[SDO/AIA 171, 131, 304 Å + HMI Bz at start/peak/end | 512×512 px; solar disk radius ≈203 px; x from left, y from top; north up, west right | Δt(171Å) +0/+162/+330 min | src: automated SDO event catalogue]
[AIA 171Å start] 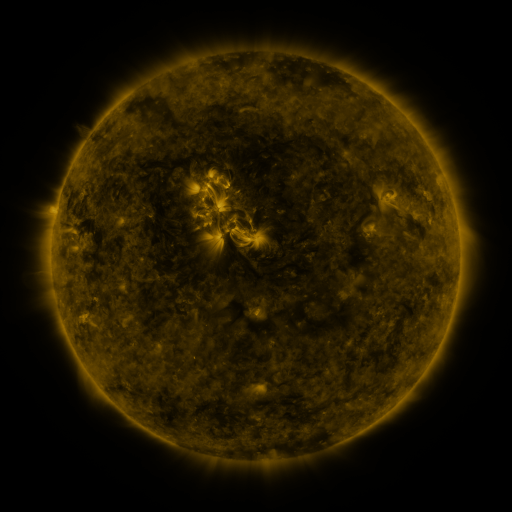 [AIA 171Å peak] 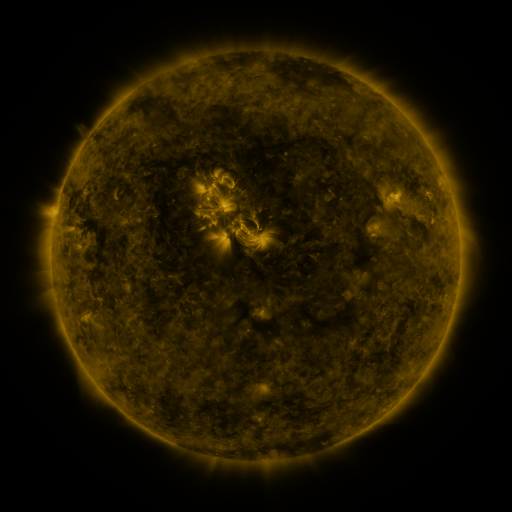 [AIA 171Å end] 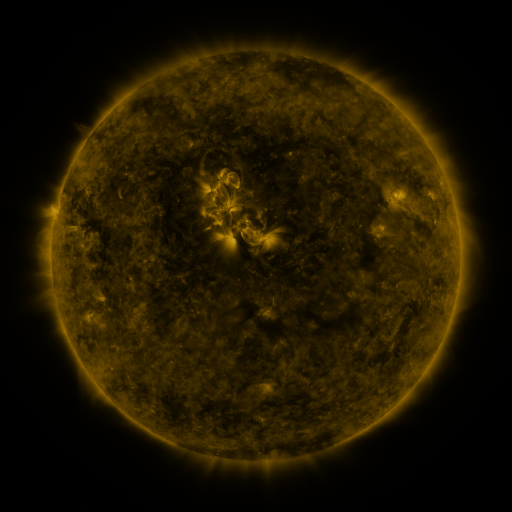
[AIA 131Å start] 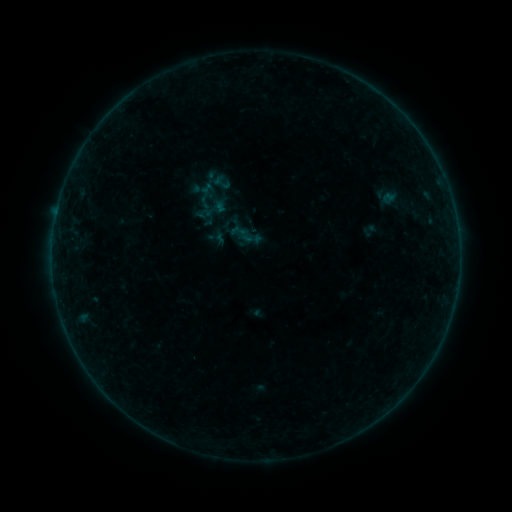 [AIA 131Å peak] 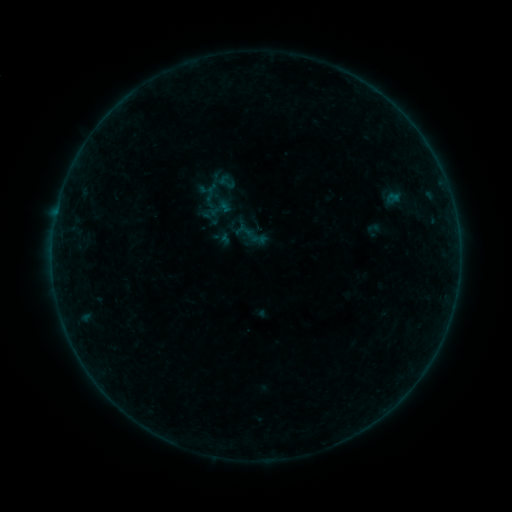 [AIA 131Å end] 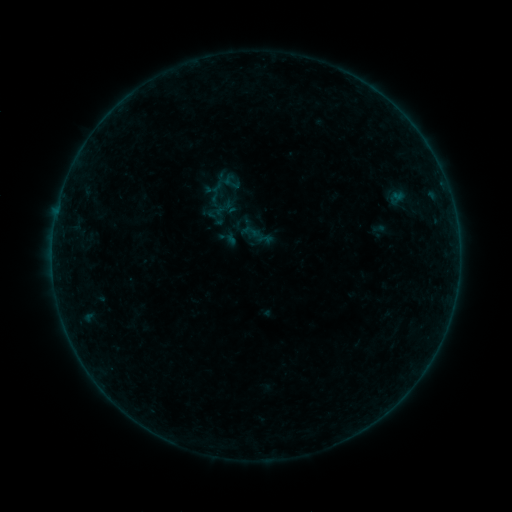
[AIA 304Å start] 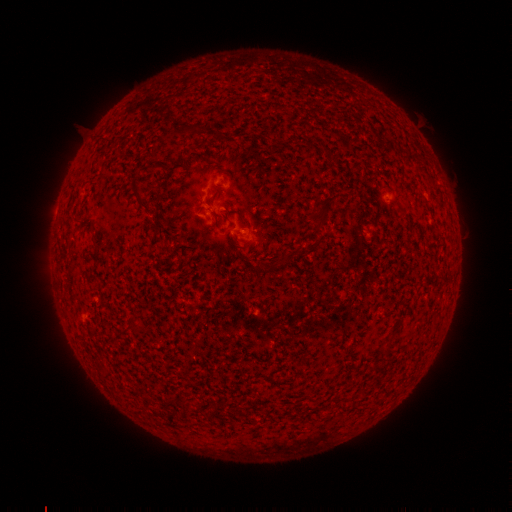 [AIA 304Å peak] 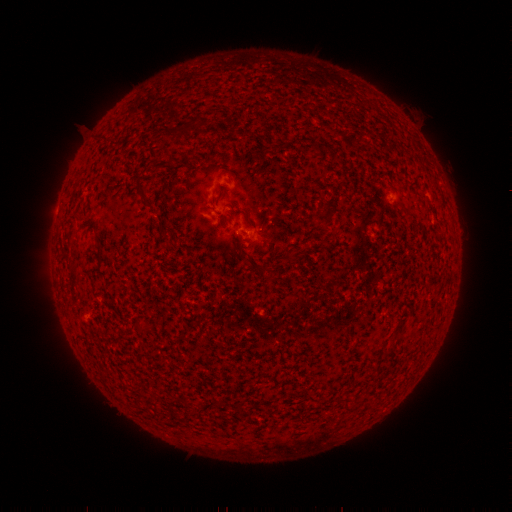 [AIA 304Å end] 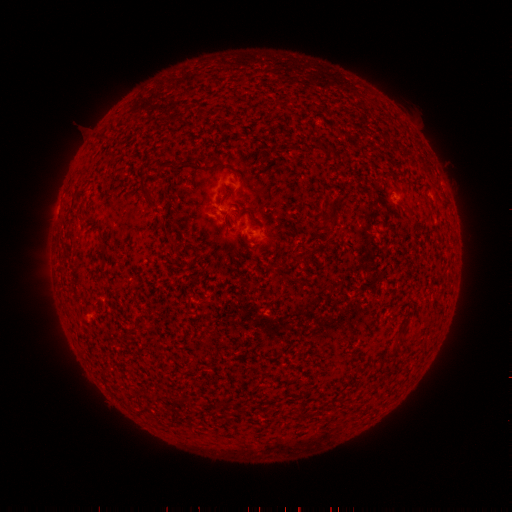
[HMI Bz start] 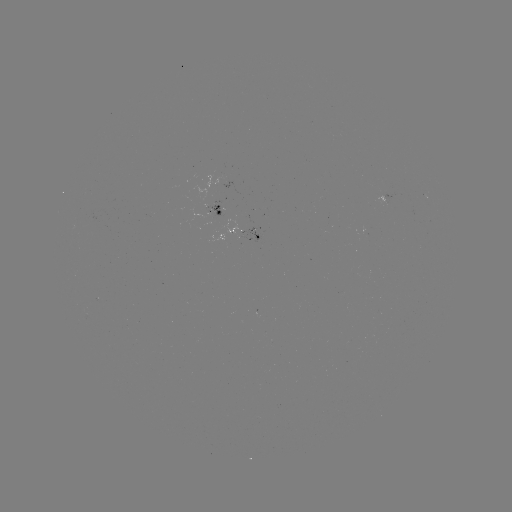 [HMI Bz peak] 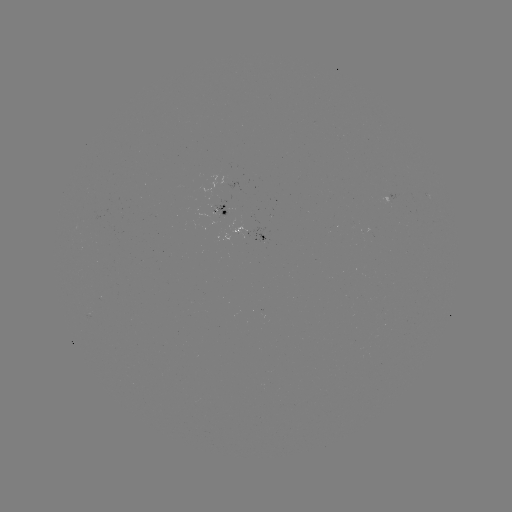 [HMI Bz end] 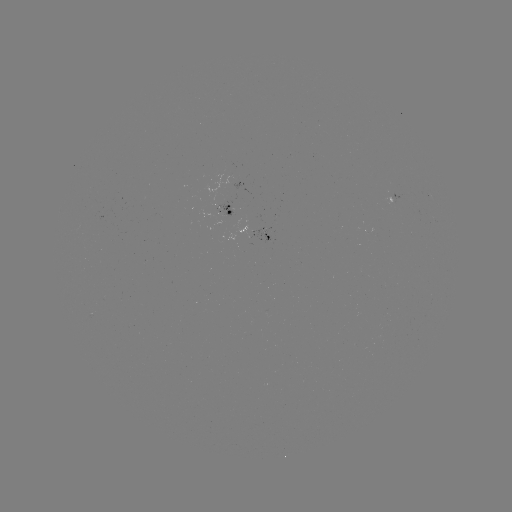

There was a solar filament eruption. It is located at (184, 123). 